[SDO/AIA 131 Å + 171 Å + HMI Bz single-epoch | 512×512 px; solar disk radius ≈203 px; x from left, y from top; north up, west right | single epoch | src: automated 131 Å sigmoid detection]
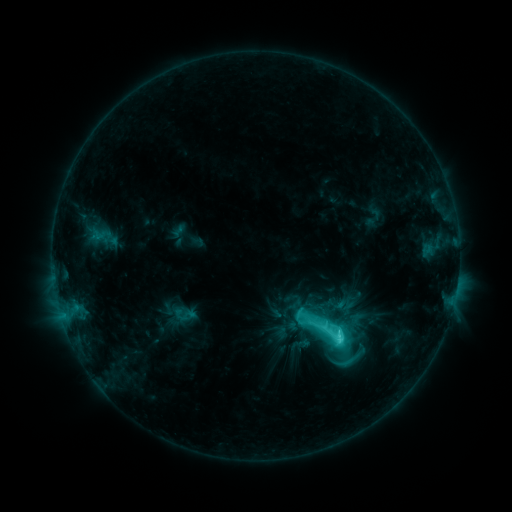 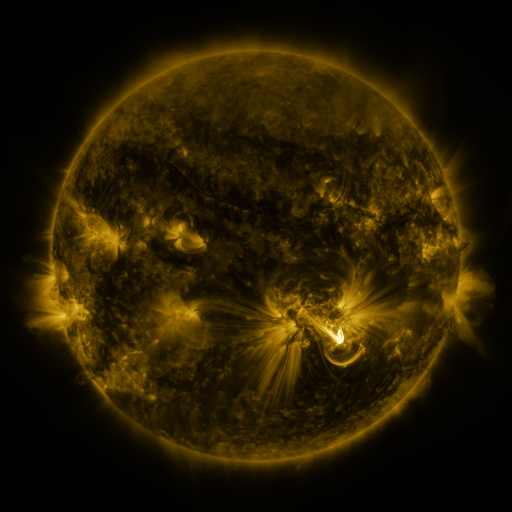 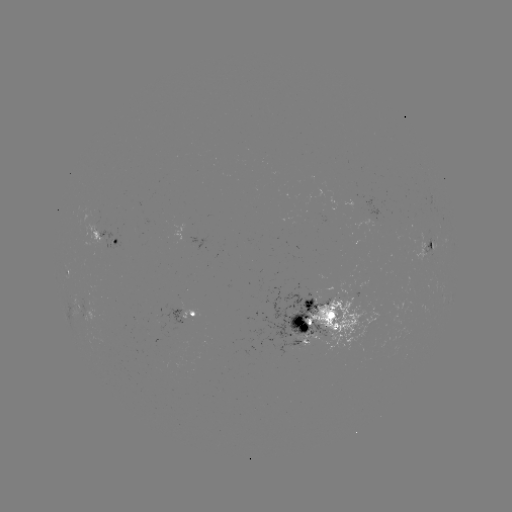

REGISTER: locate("sigmoid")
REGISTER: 332,332